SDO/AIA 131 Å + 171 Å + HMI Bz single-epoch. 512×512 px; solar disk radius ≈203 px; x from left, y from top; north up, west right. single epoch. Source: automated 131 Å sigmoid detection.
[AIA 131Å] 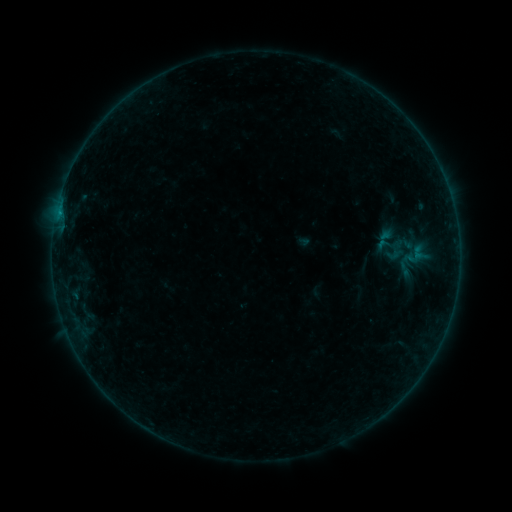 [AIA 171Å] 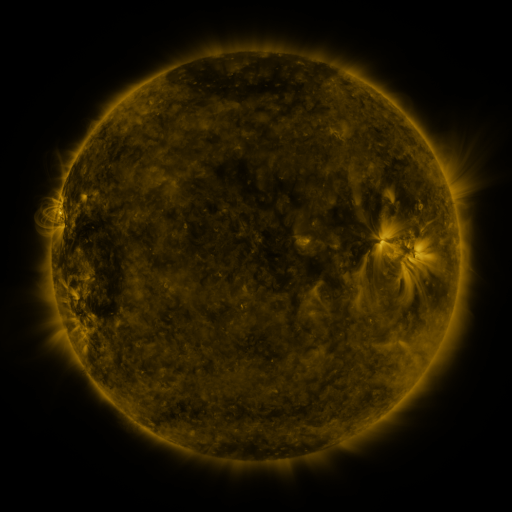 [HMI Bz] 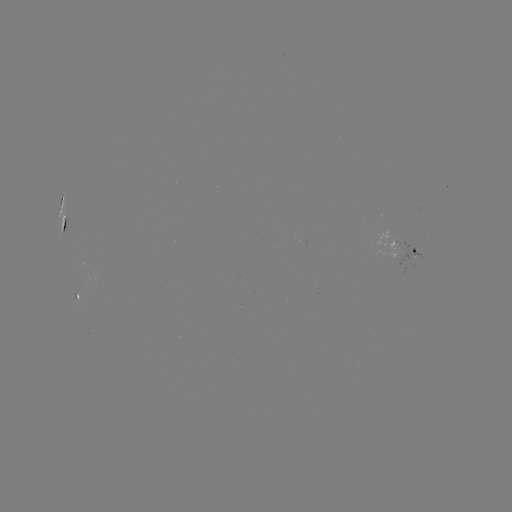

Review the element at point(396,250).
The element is sigmoid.